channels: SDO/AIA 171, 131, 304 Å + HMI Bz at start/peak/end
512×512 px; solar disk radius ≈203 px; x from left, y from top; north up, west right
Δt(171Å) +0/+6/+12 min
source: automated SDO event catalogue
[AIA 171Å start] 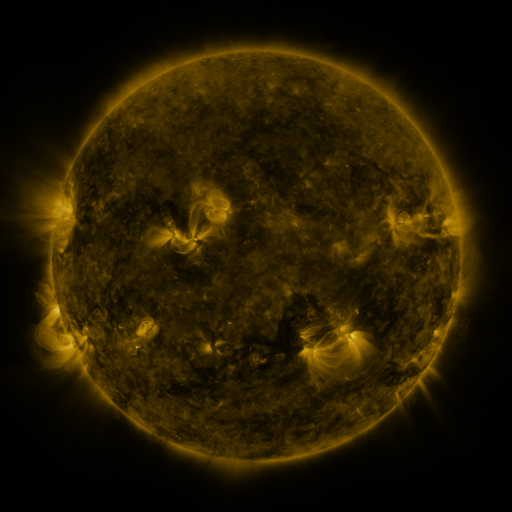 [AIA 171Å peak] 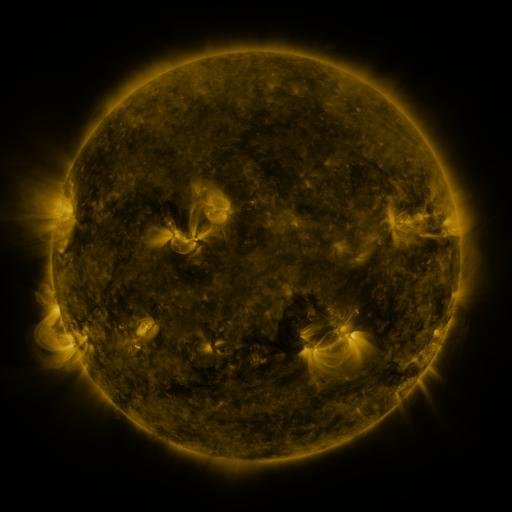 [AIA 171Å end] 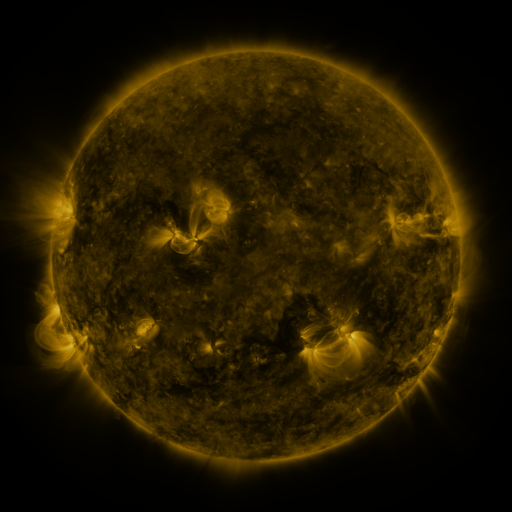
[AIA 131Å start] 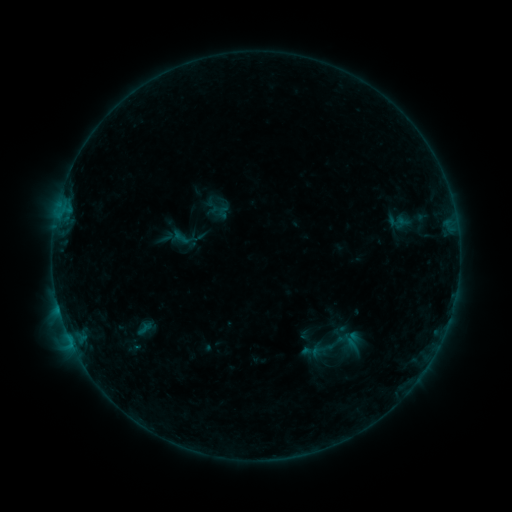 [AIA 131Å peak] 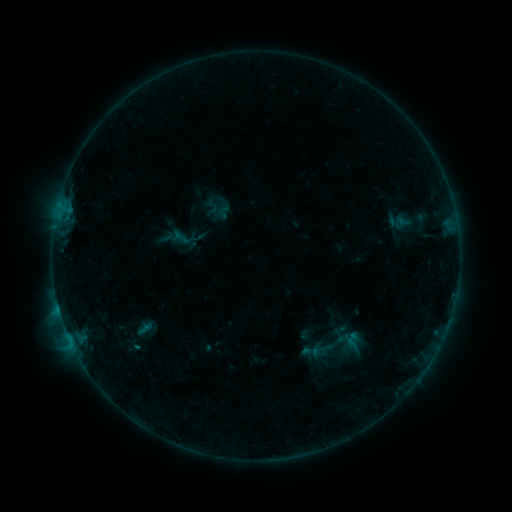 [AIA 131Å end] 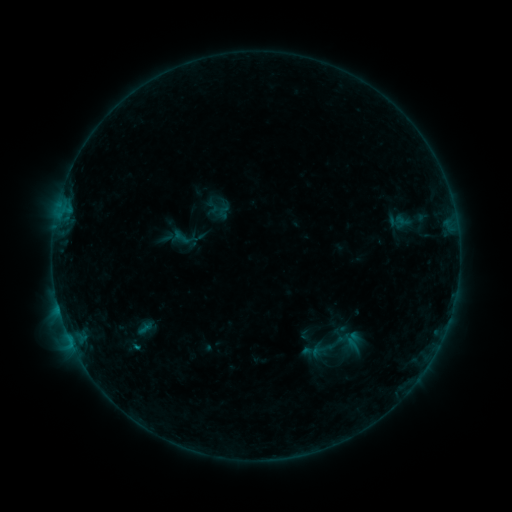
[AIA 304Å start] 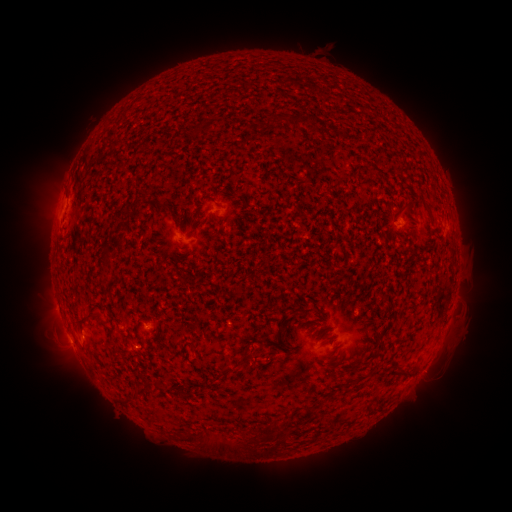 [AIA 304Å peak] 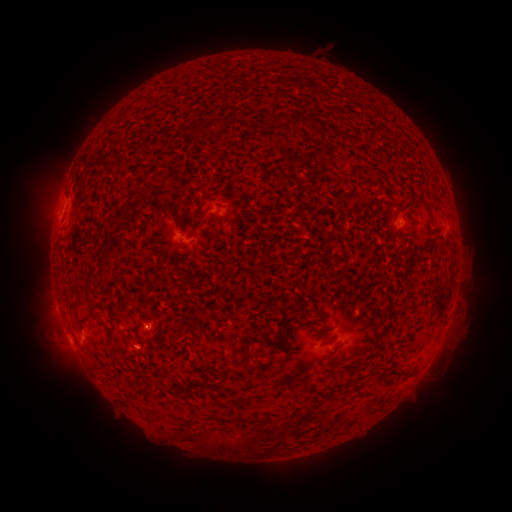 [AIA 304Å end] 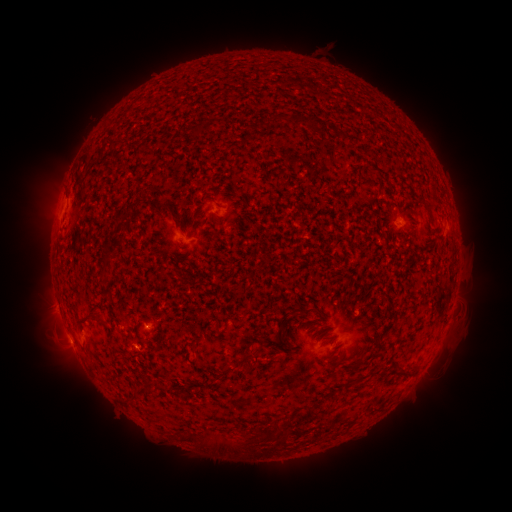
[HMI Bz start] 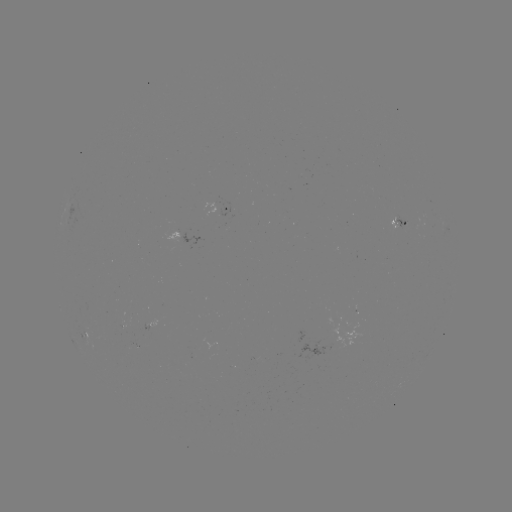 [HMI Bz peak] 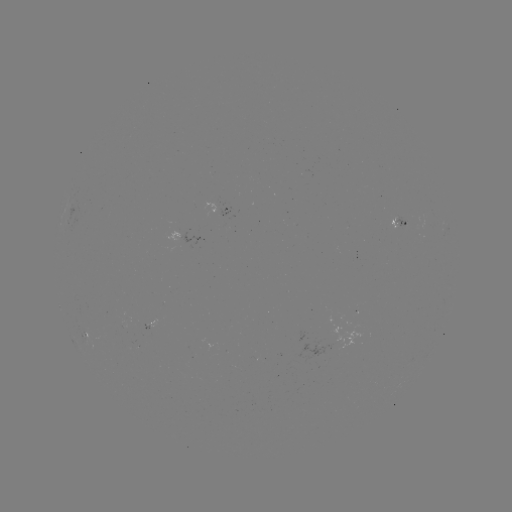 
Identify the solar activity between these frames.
B3.0 flare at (59, 308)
